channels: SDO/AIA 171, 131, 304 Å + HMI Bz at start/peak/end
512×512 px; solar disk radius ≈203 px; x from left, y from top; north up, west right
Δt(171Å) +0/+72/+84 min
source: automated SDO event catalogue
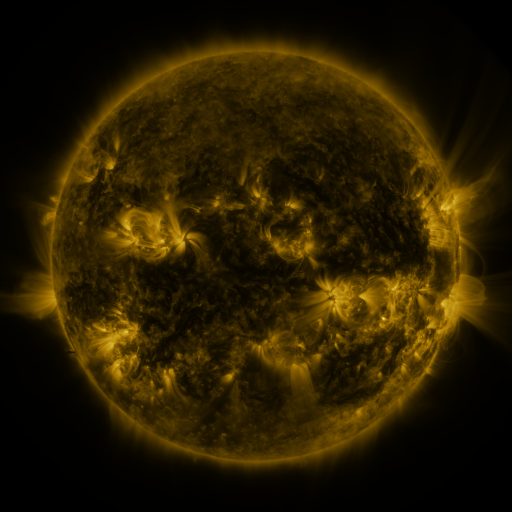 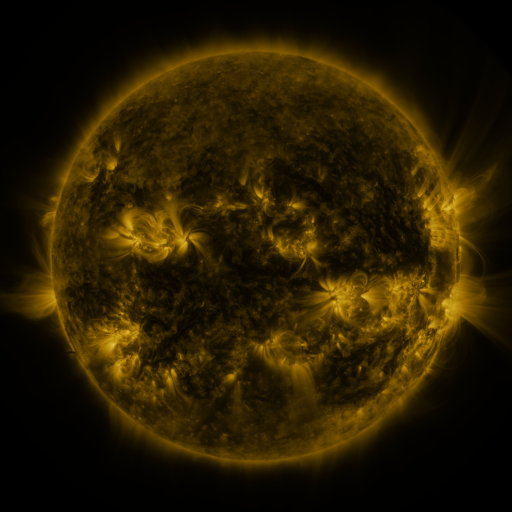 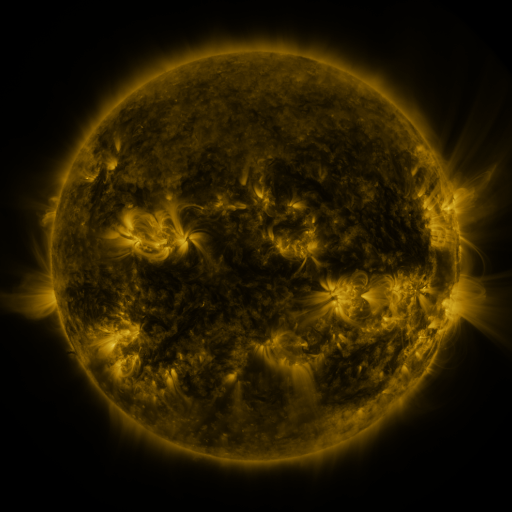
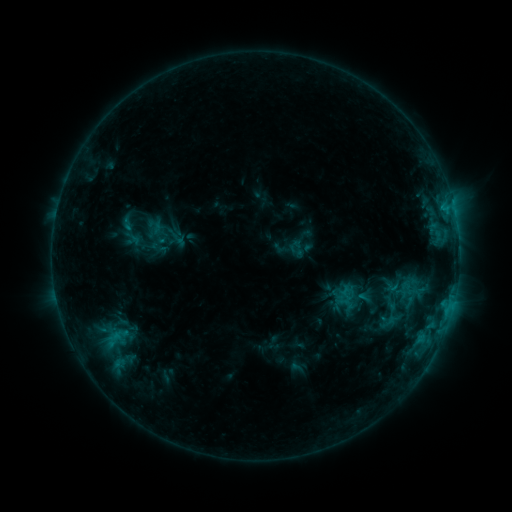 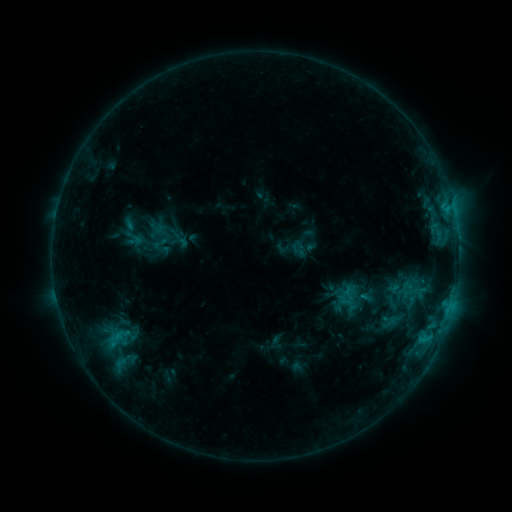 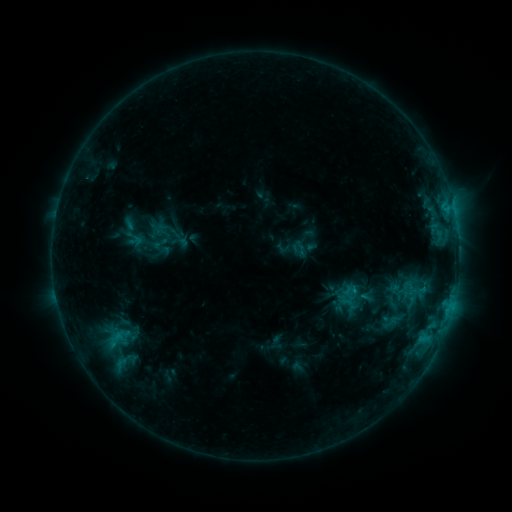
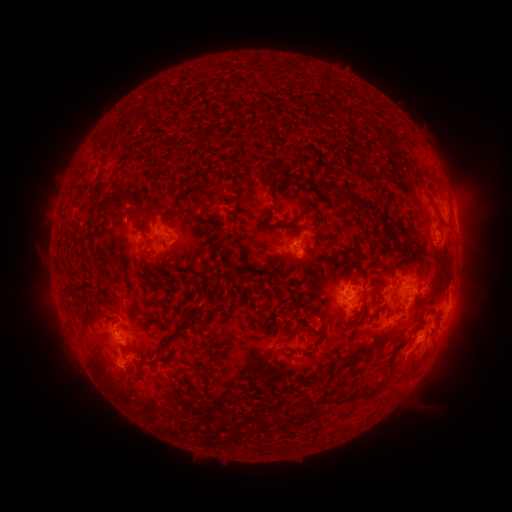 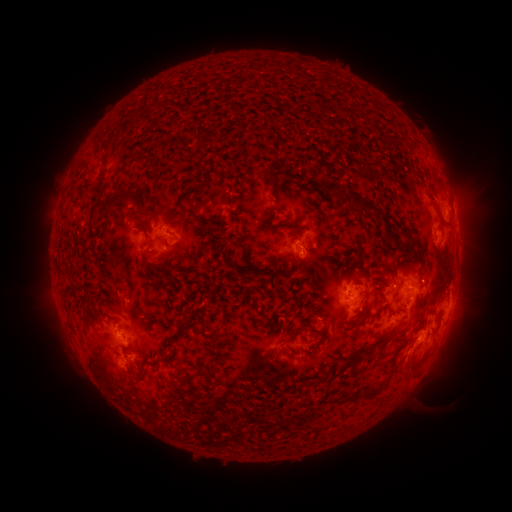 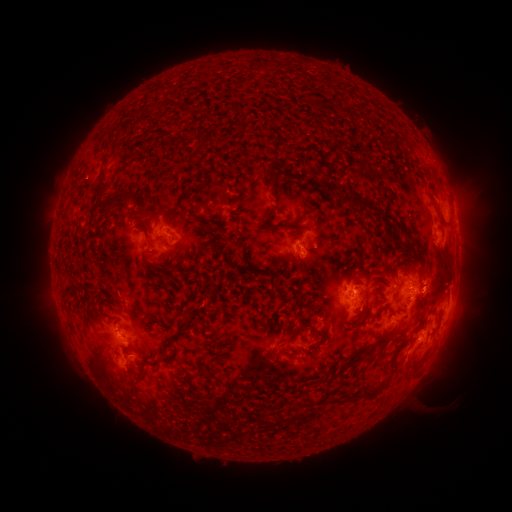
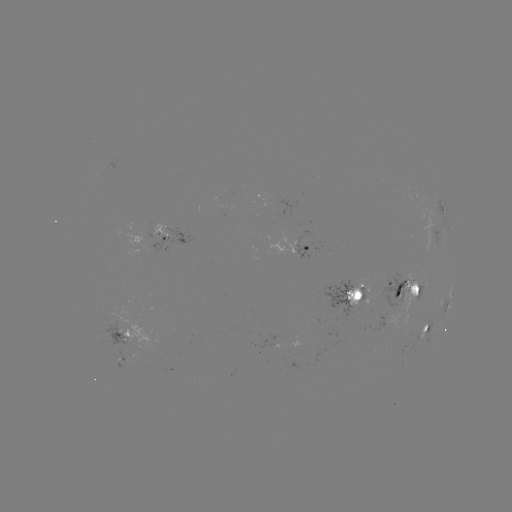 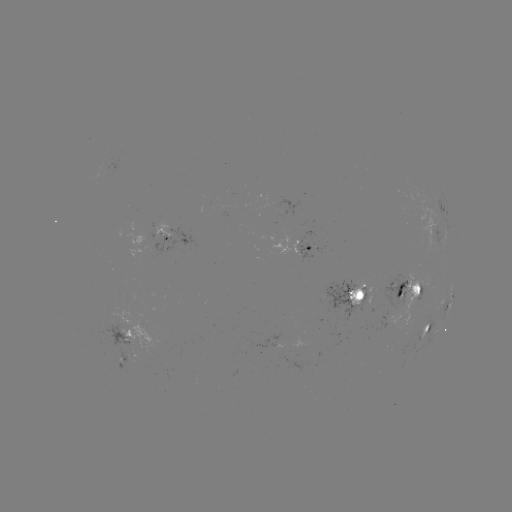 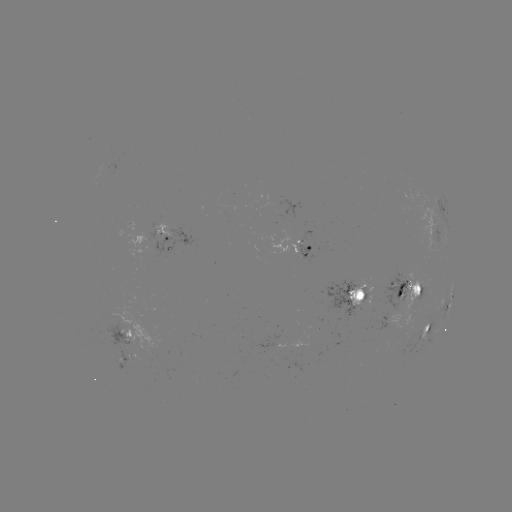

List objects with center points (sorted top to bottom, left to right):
emerging-flux region: (358, 301)
